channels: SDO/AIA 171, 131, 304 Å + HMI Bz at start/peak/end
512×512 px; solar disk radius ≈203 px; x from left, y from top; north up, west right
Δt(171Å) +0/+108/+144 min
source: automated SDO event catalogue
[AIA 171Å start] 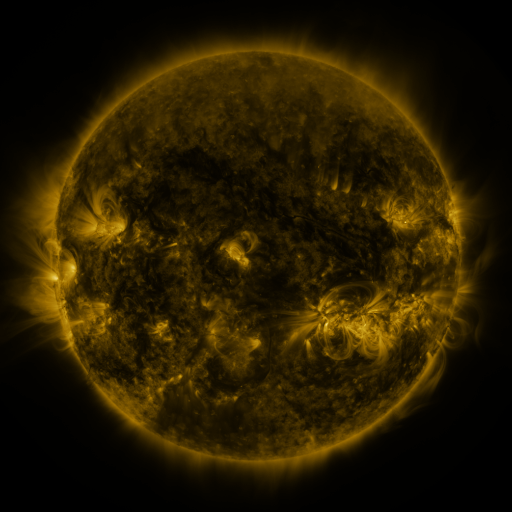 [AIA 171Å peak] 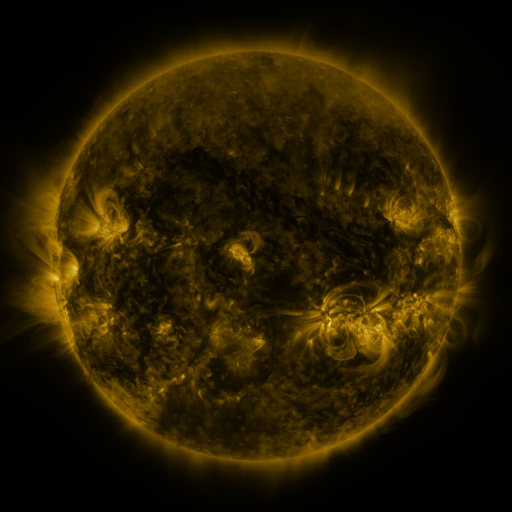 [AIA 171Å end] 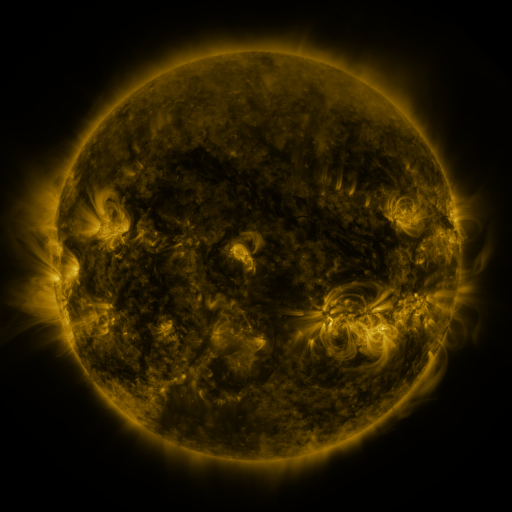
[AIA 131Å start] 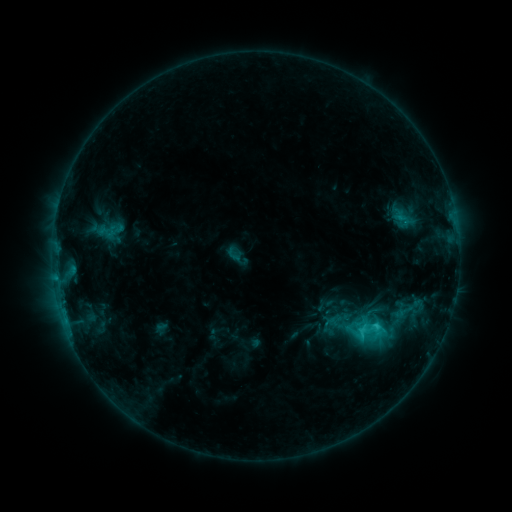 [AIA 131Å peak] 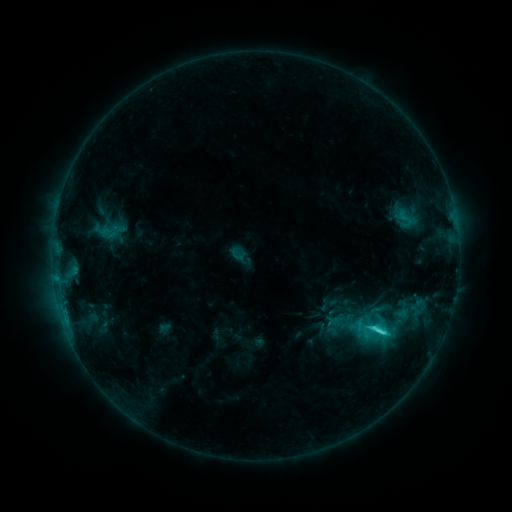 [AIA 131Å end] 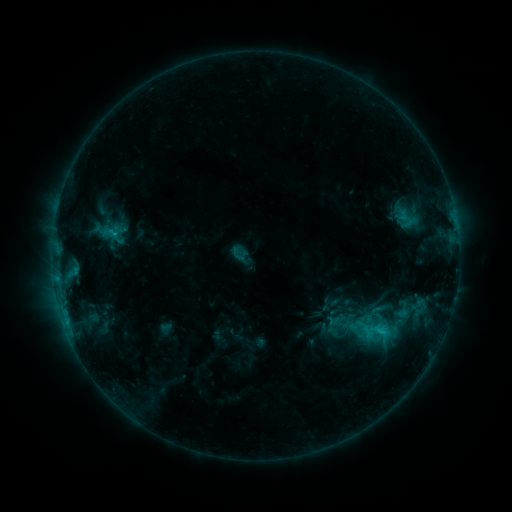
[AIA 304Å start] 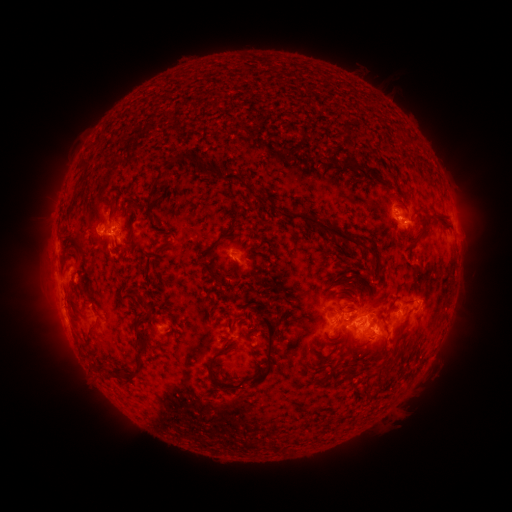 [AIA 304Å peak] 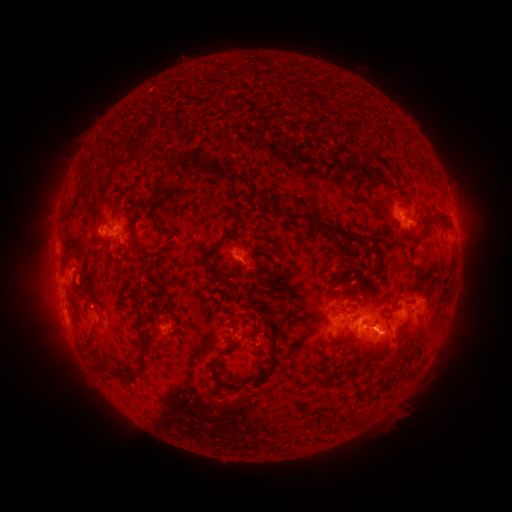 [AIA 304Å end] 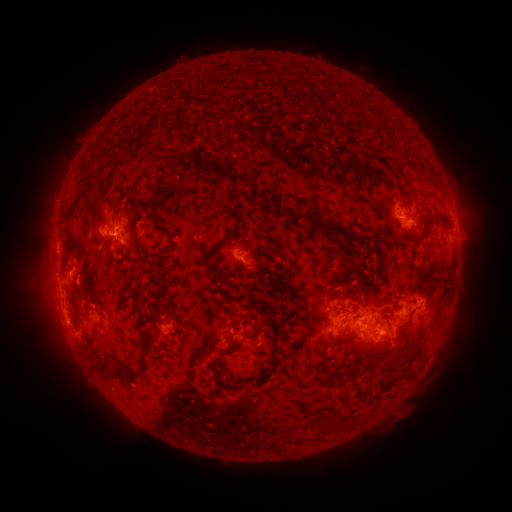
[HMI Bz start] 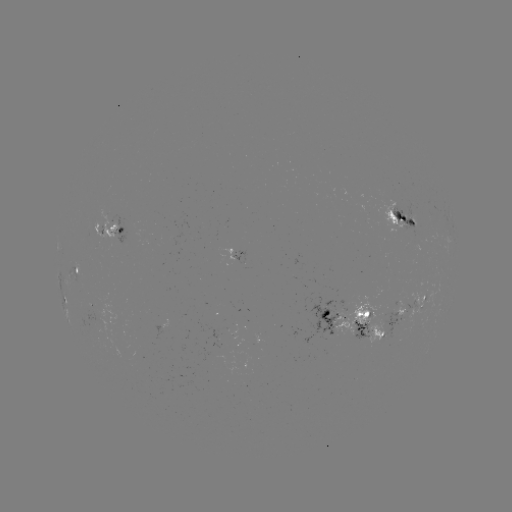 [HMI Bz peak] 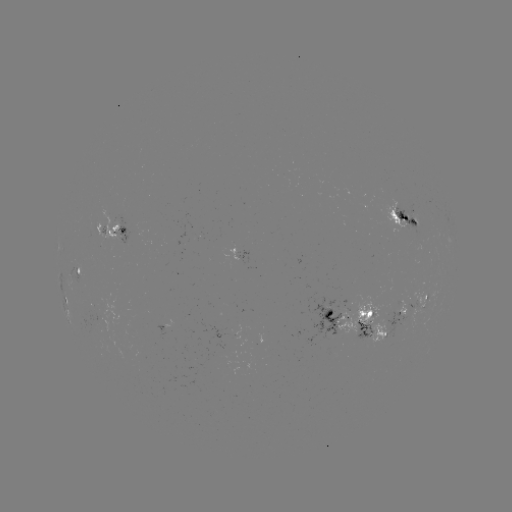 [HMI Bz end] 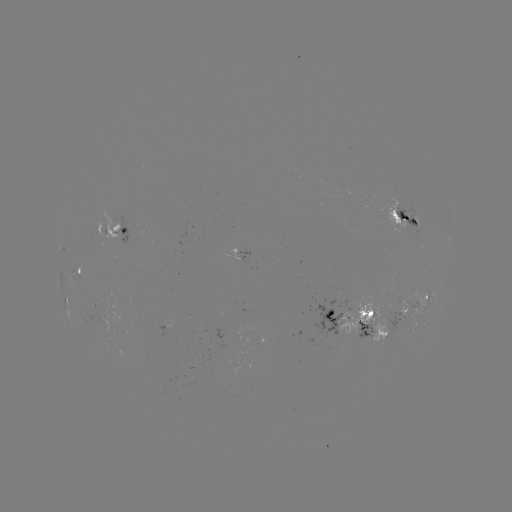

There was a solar emerging-flux region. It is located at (412, 218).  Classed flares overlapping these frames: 1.